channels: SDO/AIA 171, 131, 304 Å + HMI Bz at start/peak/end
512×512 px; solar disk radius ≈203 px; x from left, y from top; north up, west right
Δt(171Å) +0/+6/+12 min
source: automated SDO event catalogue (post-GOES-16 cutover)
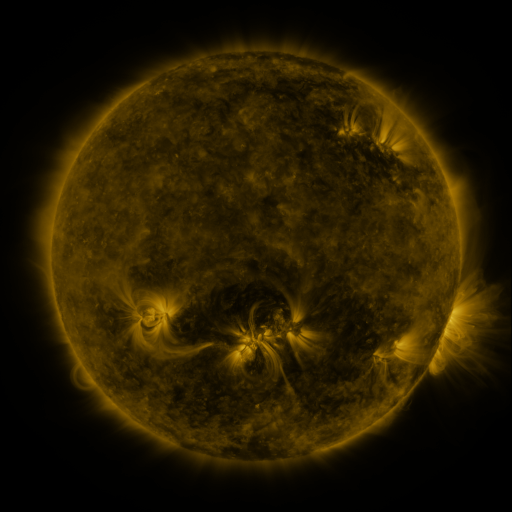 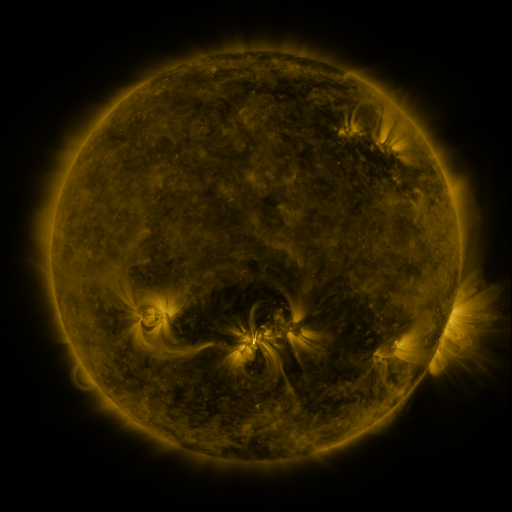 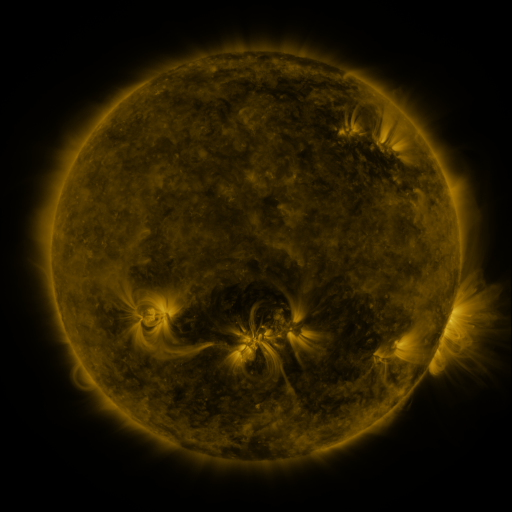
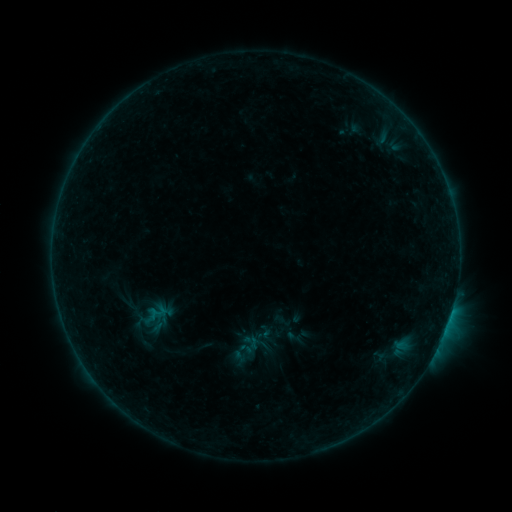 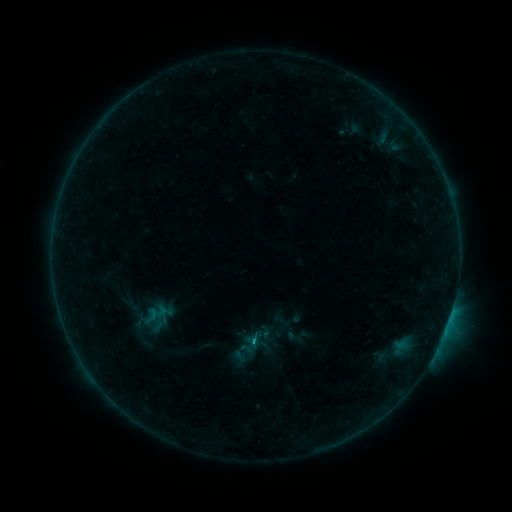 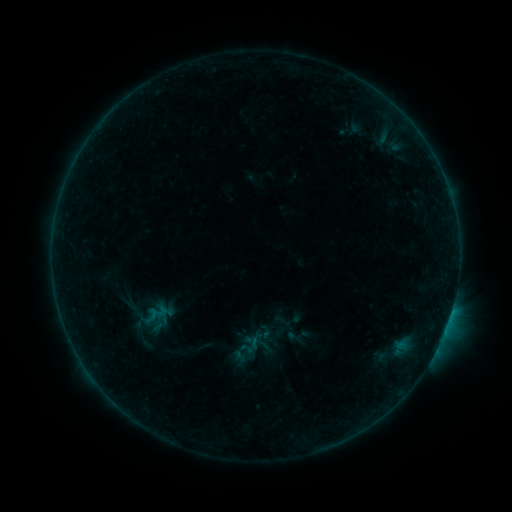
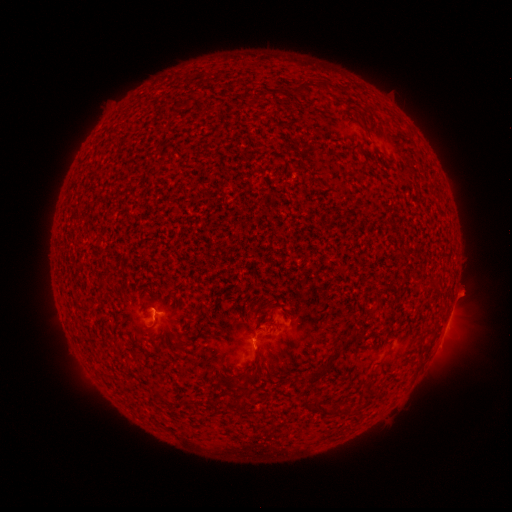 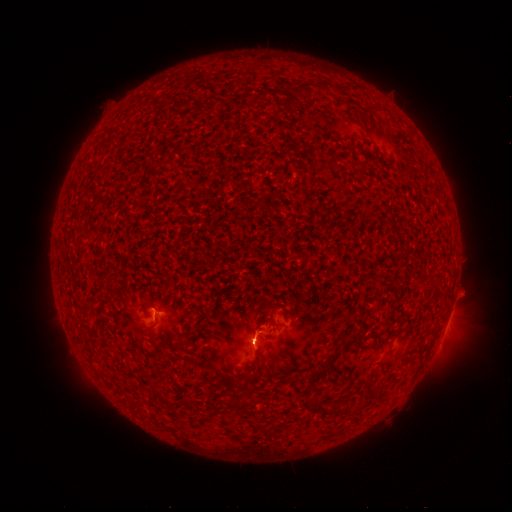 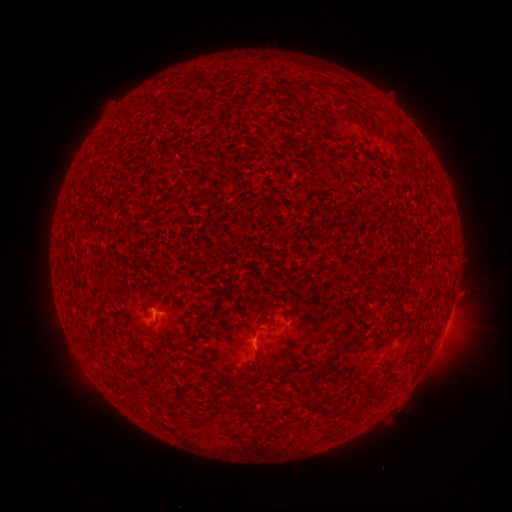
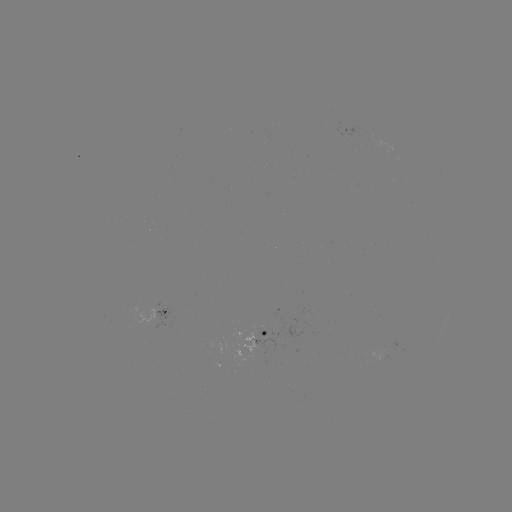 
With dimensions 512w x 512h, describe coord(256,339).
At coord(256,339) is B3.8 flare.